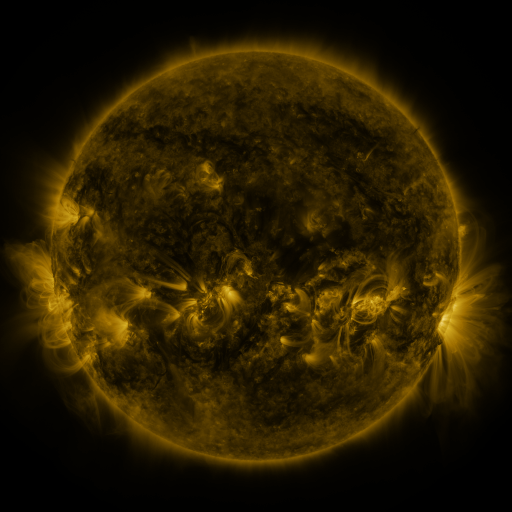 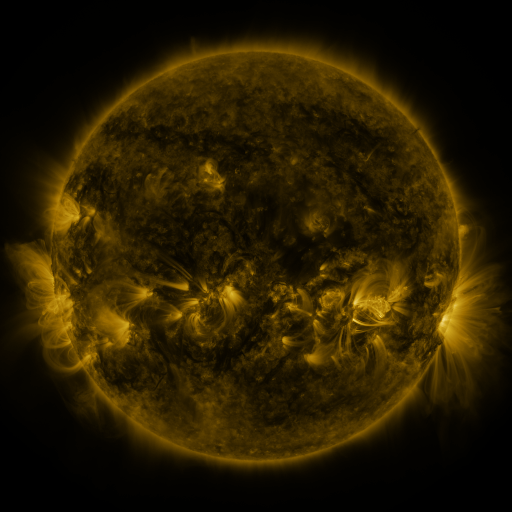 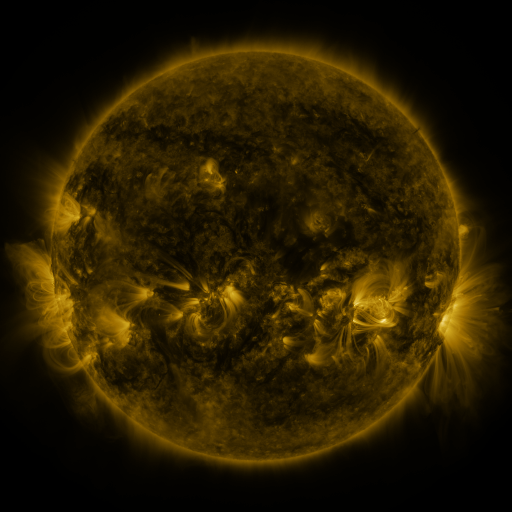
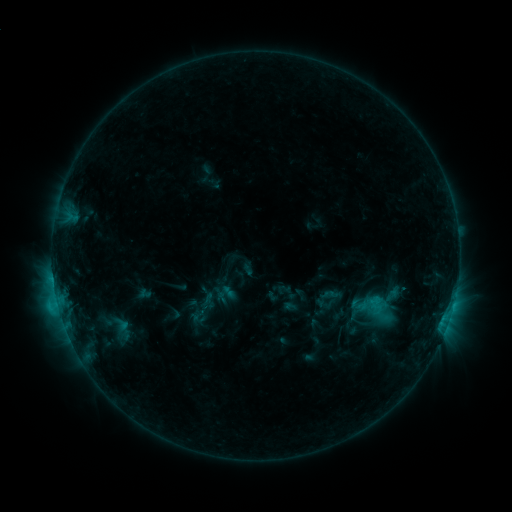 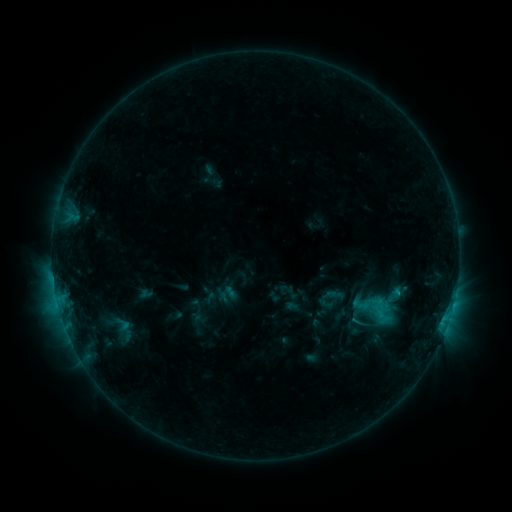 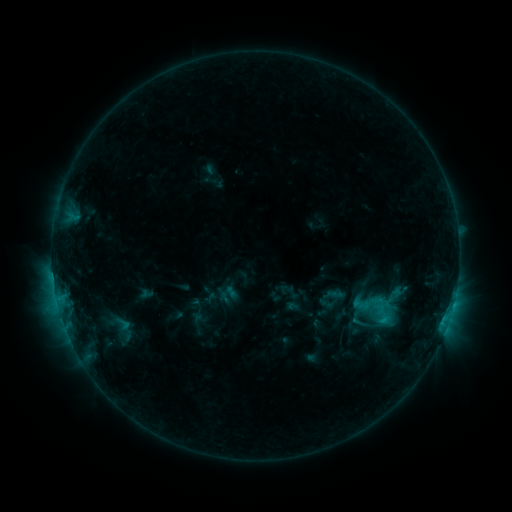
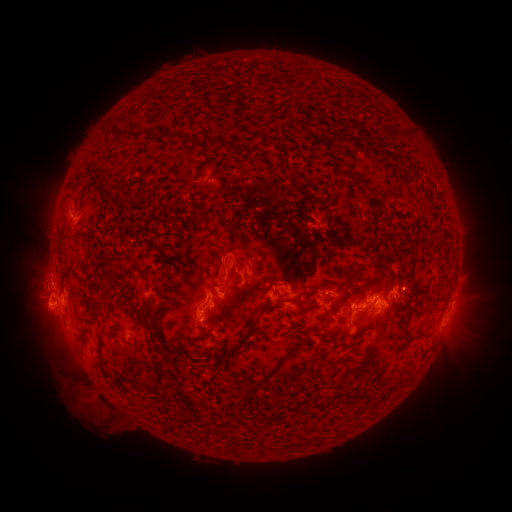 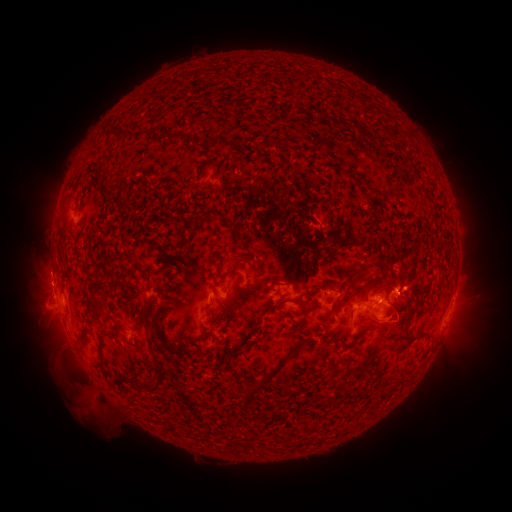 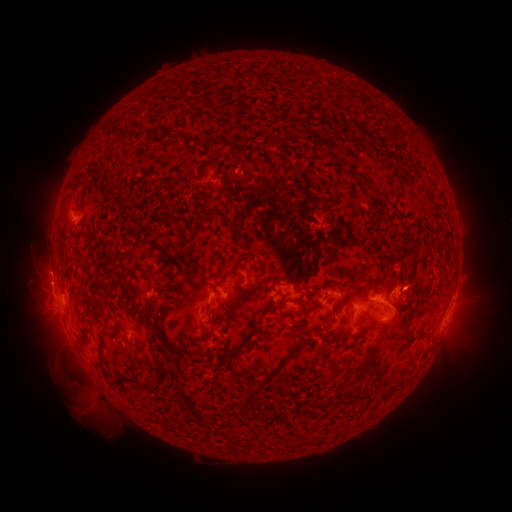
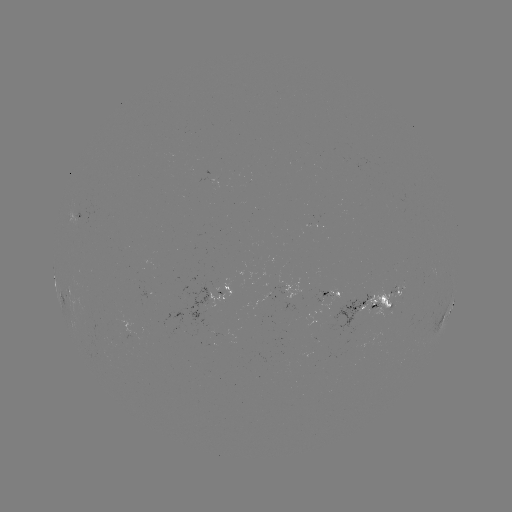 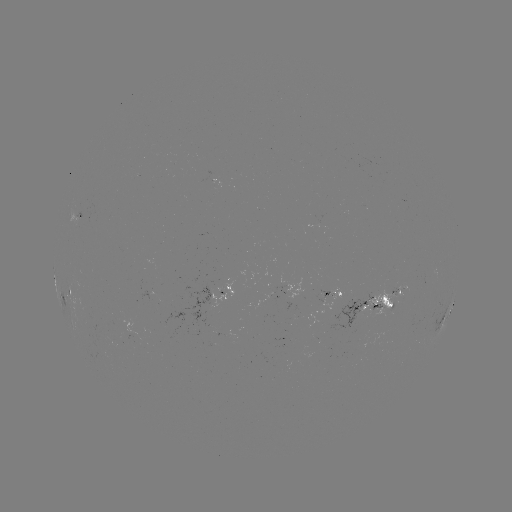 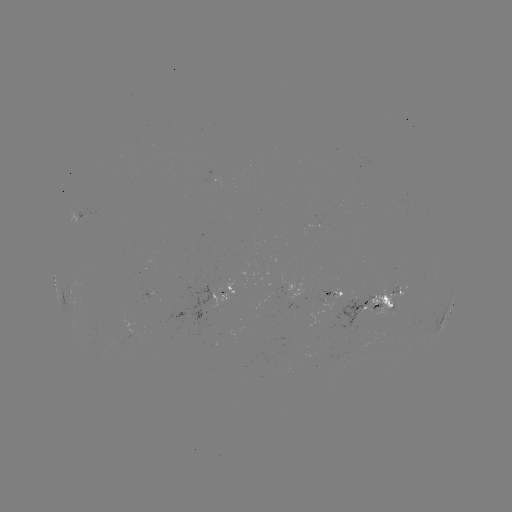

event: emerging-flux region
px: (315, 222)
